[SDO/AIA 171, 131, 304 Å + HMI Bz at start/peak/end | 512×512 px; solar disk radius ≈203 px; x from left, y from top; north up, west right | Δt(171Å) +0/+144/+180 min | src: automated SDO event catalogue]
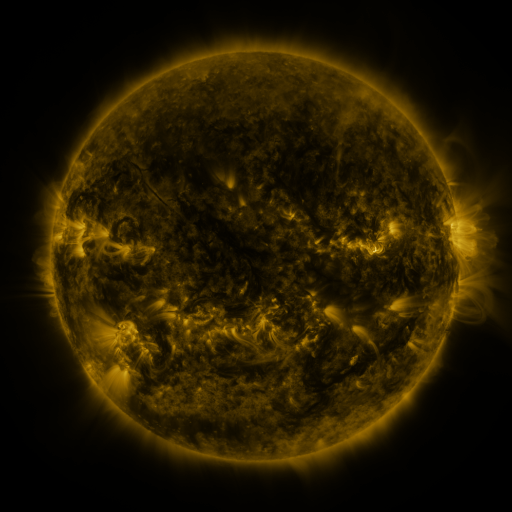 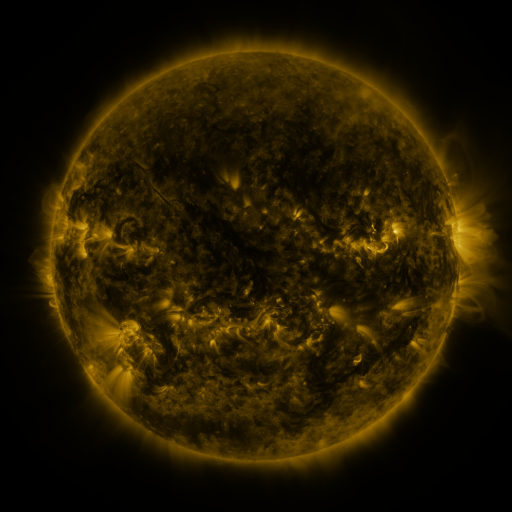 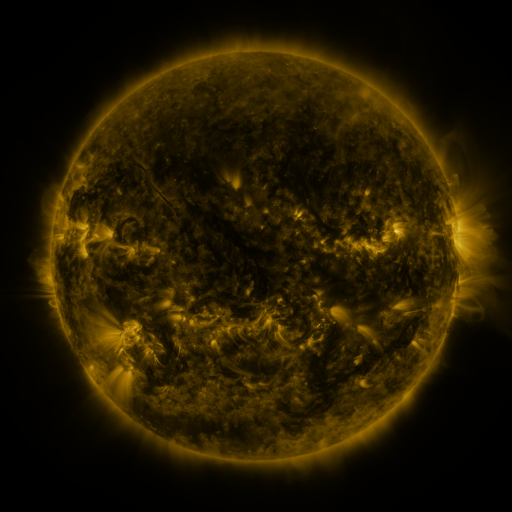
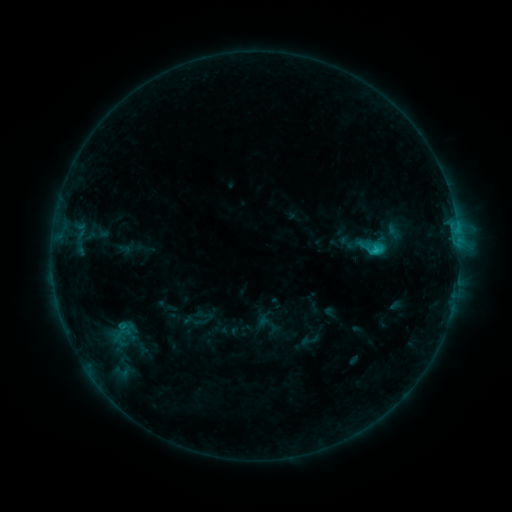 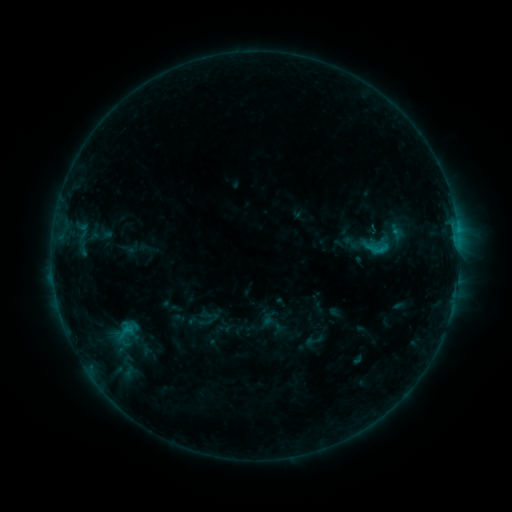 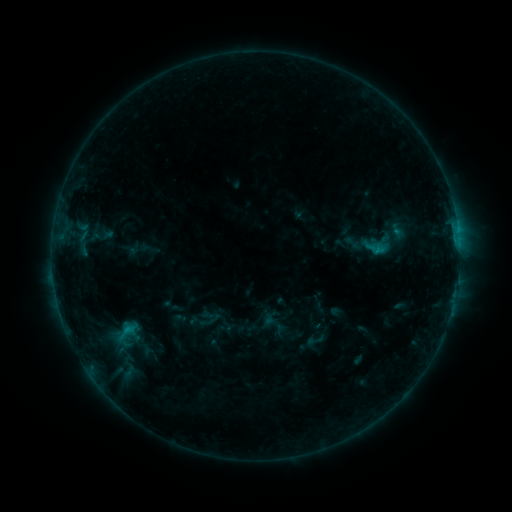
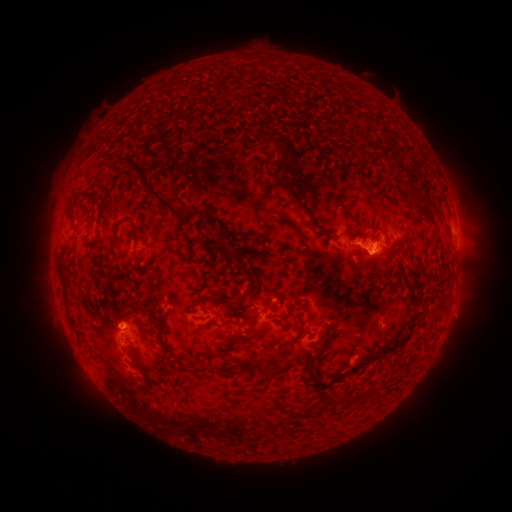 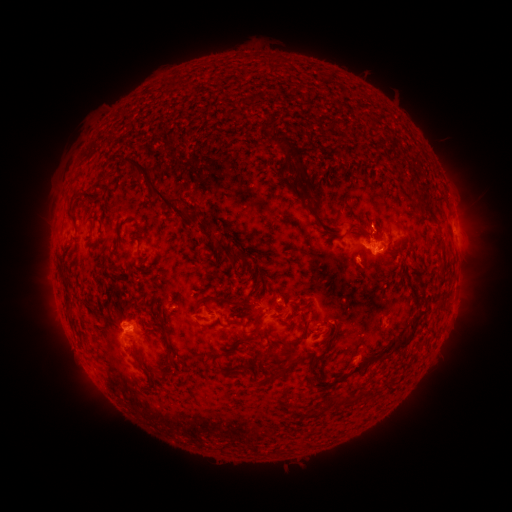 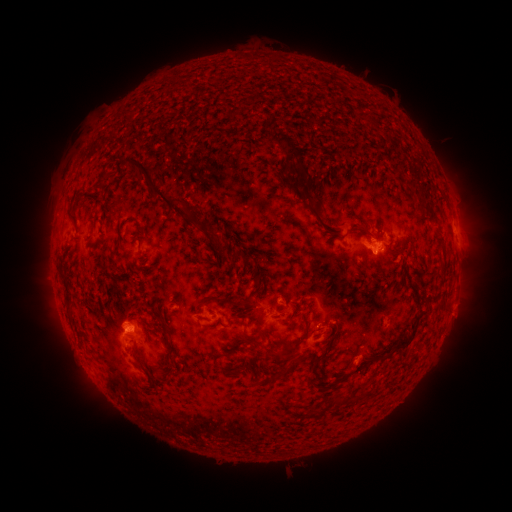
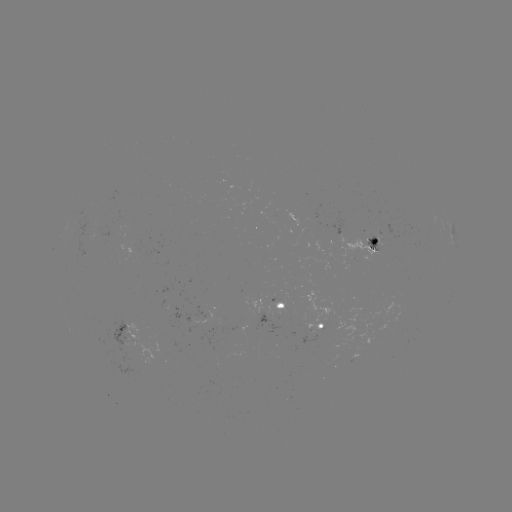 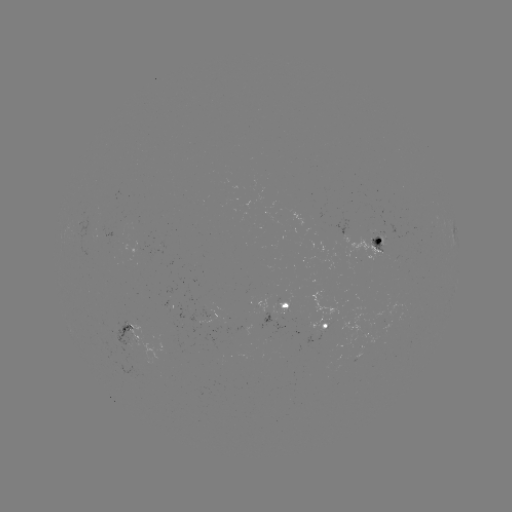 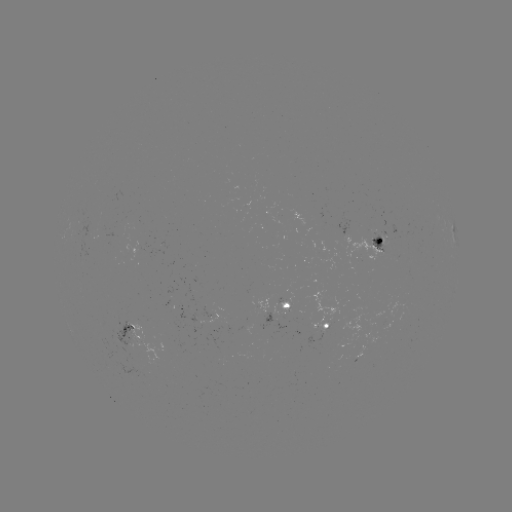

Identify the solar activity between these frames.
emerging-flux region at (127, 339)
